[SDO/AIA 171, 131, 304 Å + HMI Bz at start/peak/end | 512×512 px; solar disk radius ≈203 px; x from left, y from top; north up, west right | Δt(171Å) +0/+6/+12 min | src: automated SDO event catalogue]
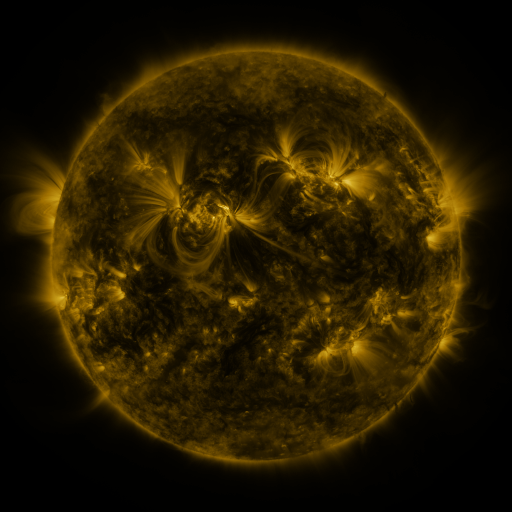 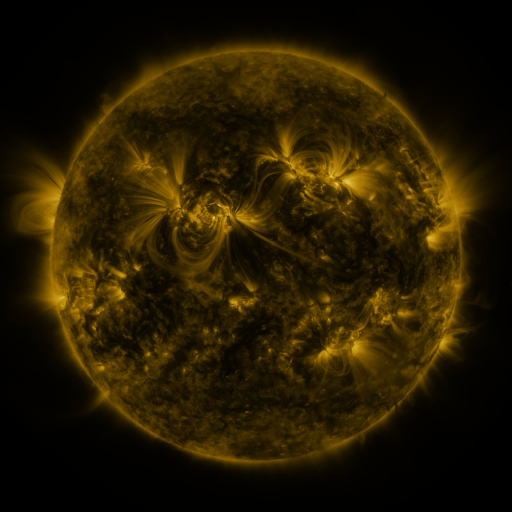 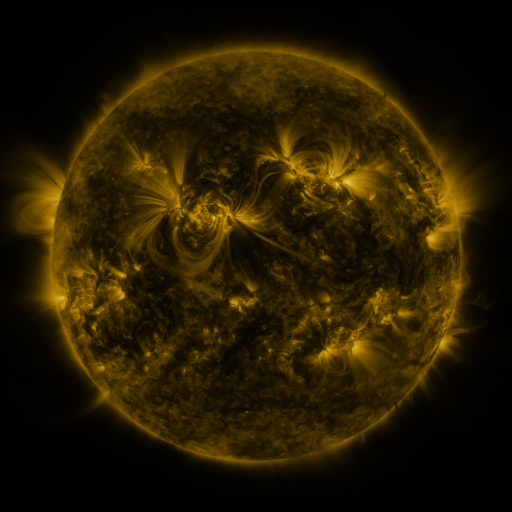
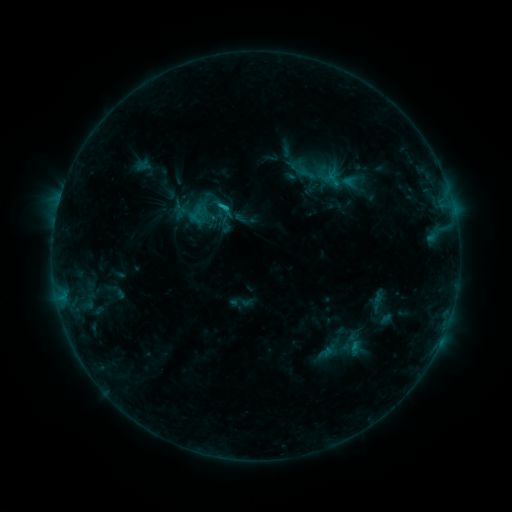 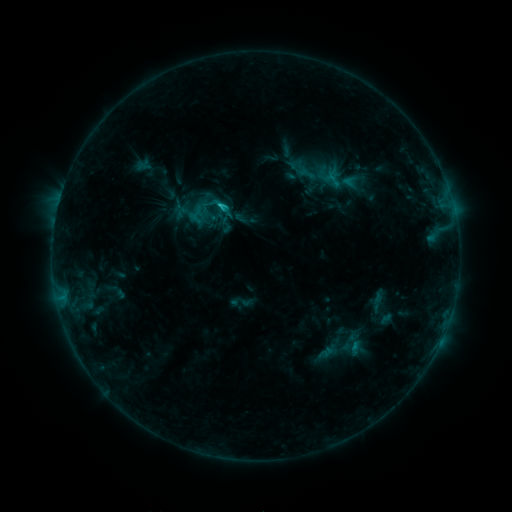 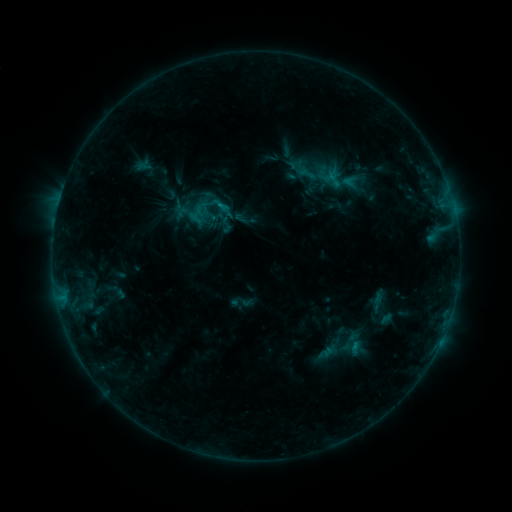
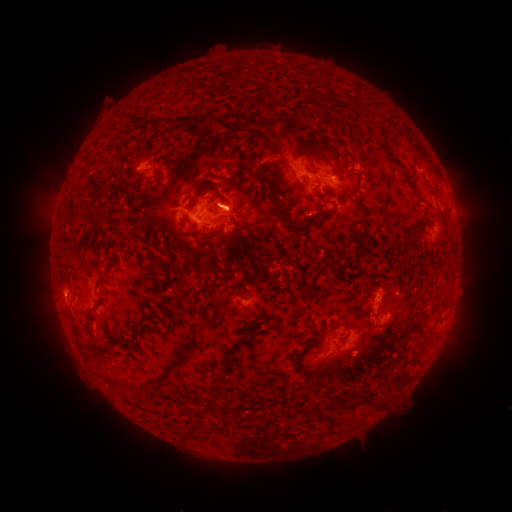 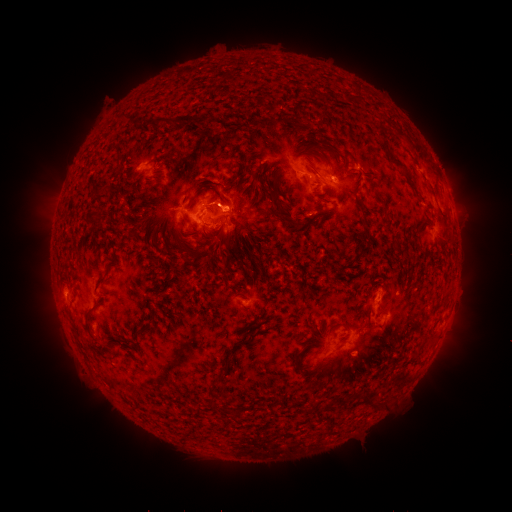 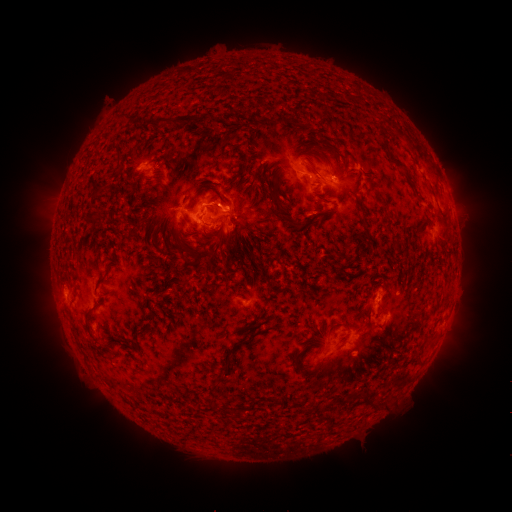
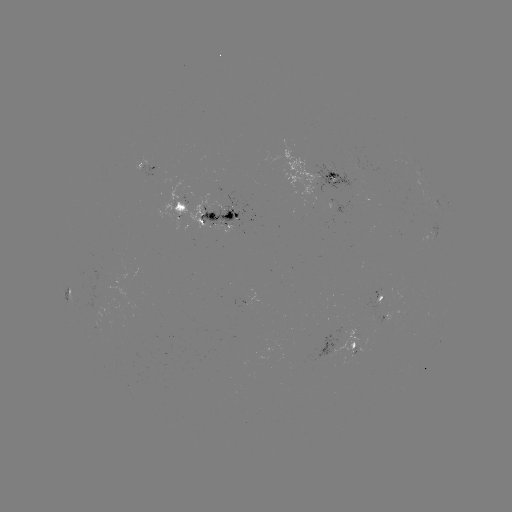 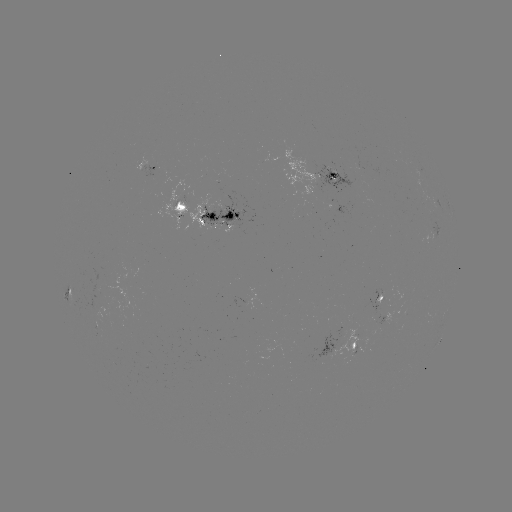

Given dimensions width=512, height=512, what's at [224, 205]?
C1.7 flare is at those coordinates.